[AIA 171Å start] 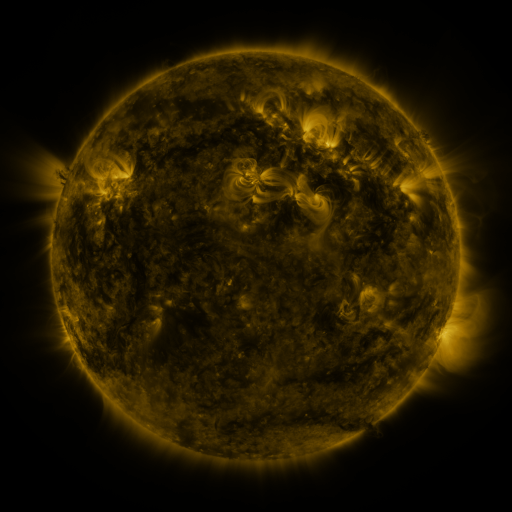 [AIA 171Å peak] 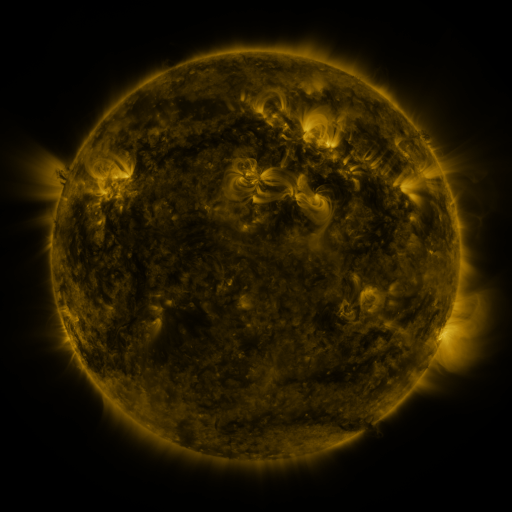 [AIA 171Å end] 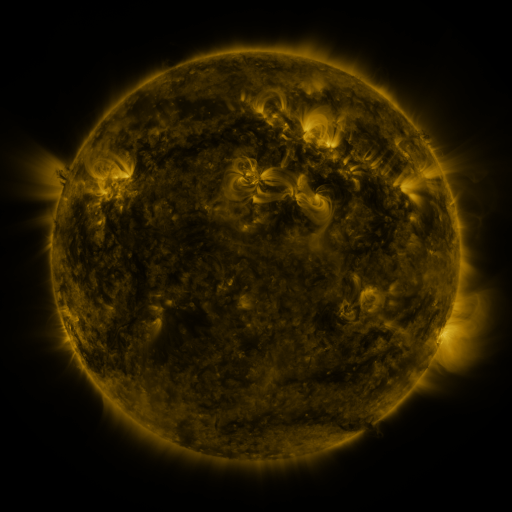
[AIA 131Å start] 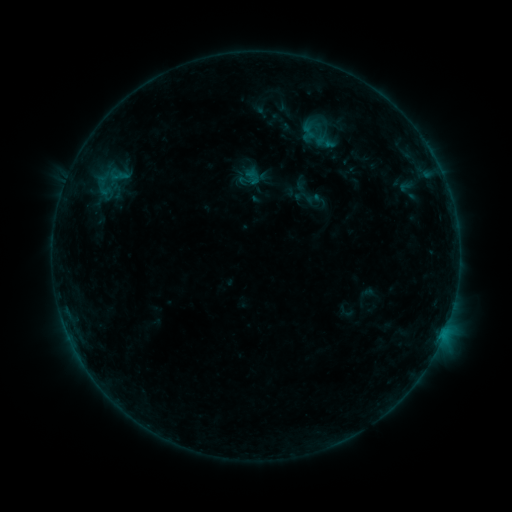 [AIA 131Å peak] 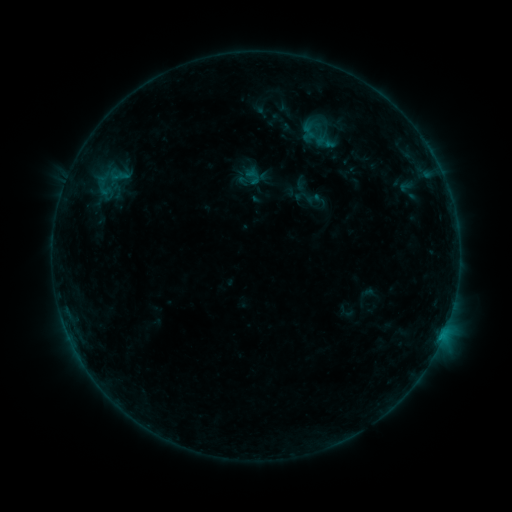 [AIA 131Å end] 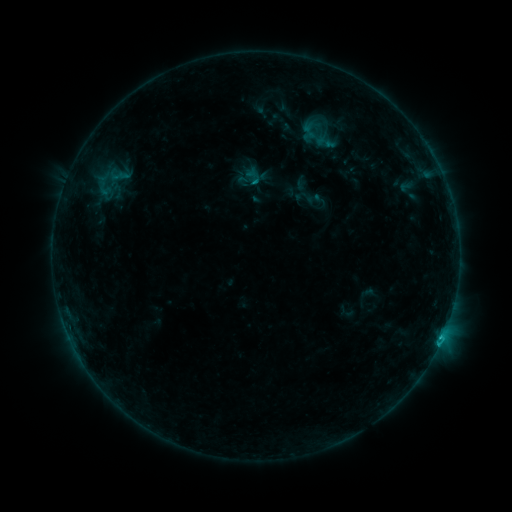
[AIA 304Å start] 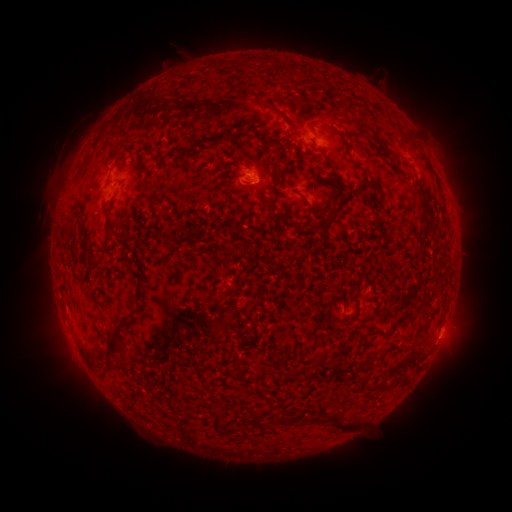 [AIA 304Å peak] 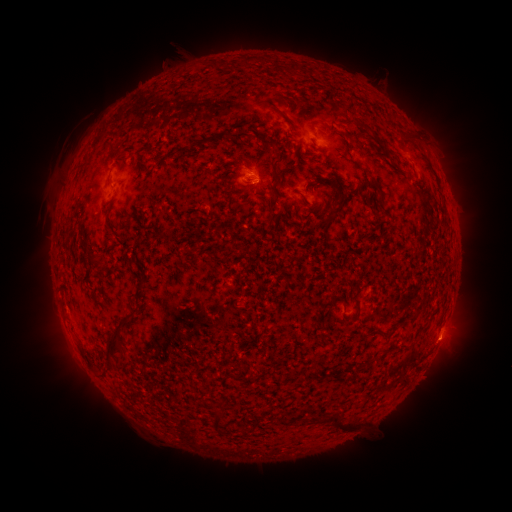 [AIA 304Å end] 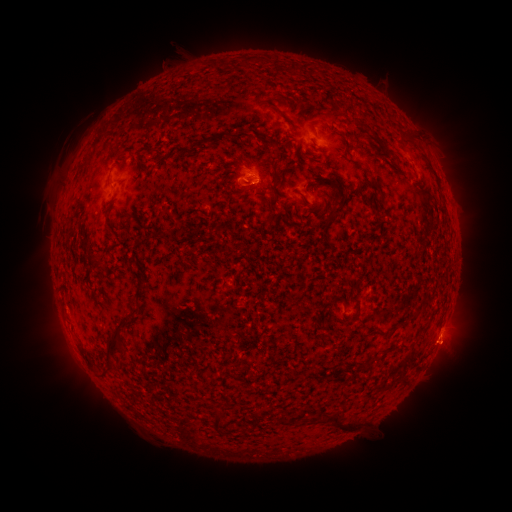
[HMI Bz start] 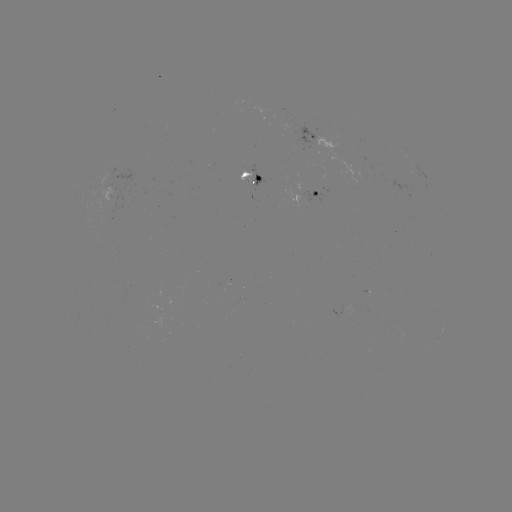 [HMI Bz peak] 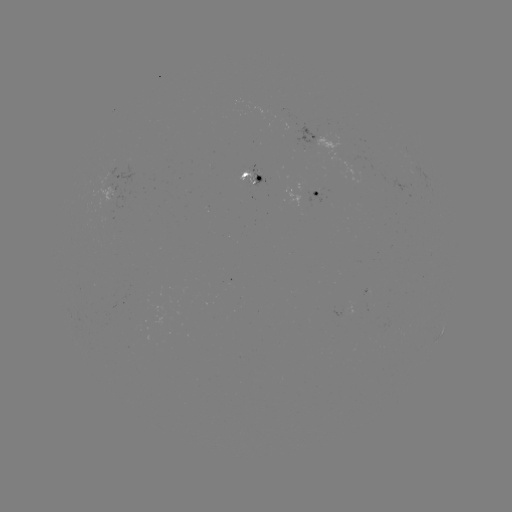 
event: eruption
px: (445, 346)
